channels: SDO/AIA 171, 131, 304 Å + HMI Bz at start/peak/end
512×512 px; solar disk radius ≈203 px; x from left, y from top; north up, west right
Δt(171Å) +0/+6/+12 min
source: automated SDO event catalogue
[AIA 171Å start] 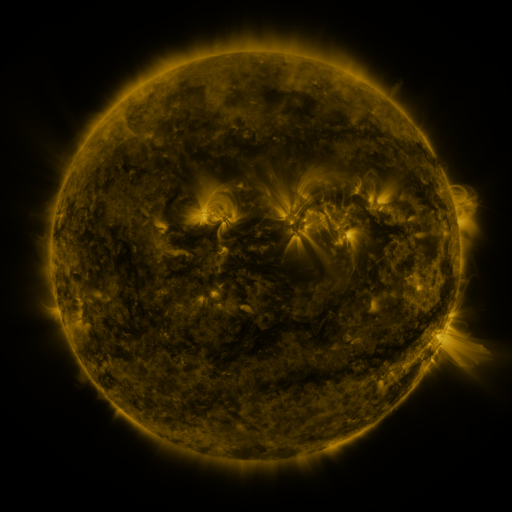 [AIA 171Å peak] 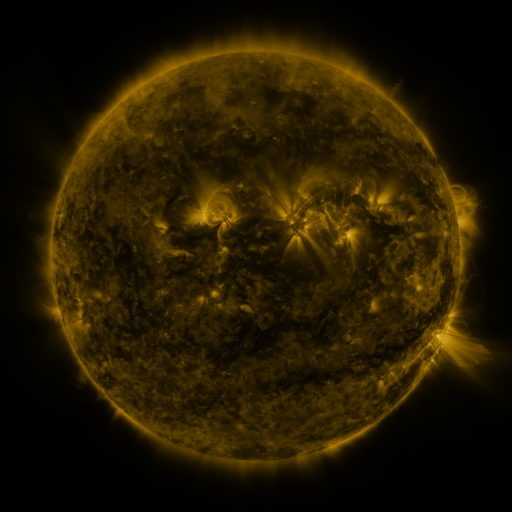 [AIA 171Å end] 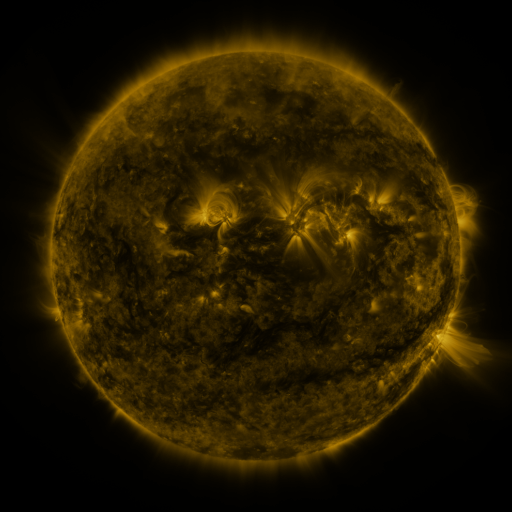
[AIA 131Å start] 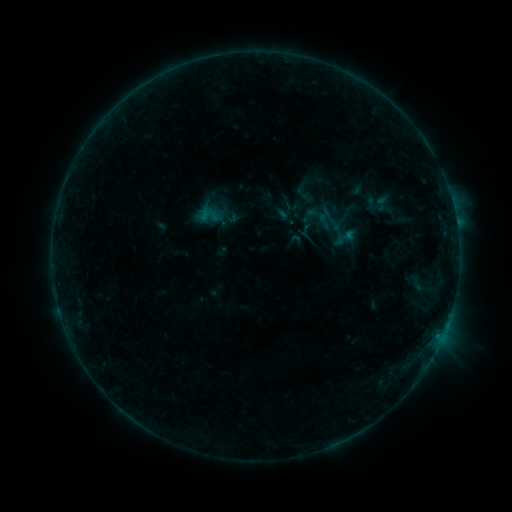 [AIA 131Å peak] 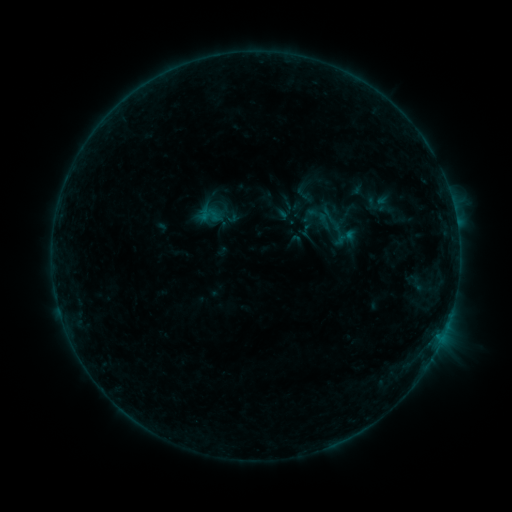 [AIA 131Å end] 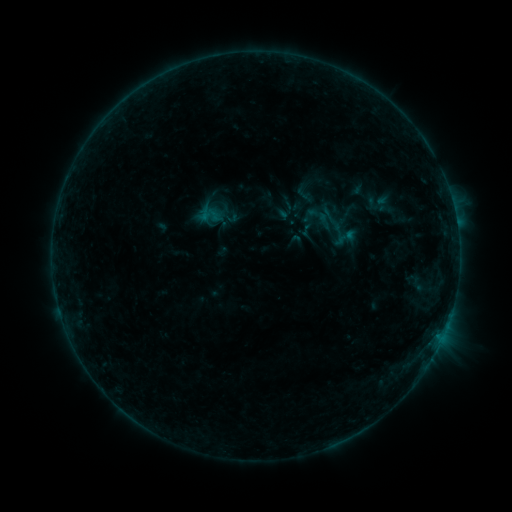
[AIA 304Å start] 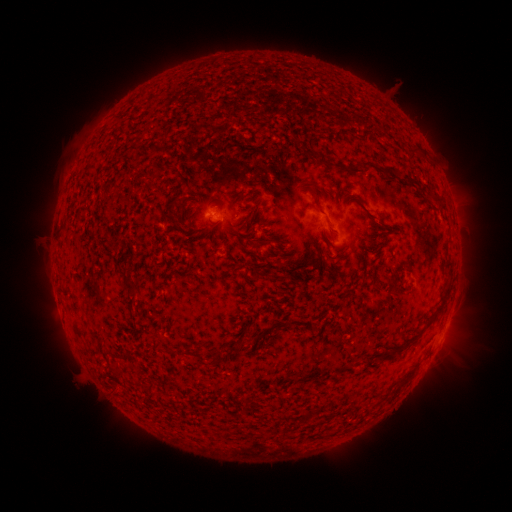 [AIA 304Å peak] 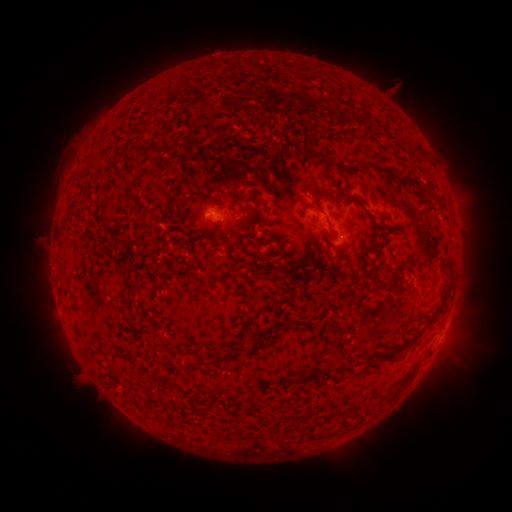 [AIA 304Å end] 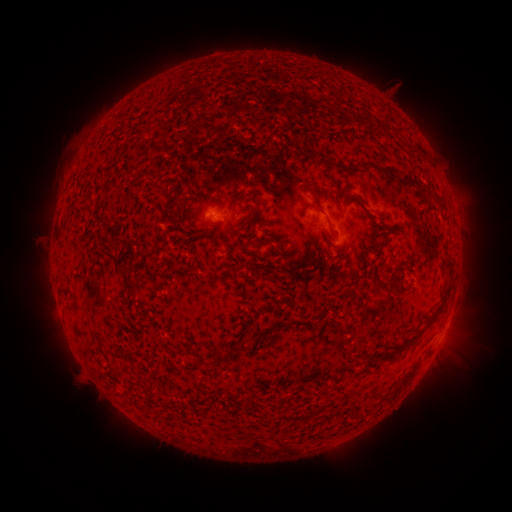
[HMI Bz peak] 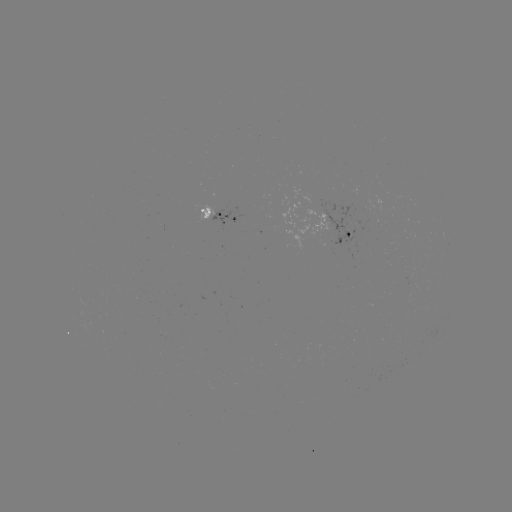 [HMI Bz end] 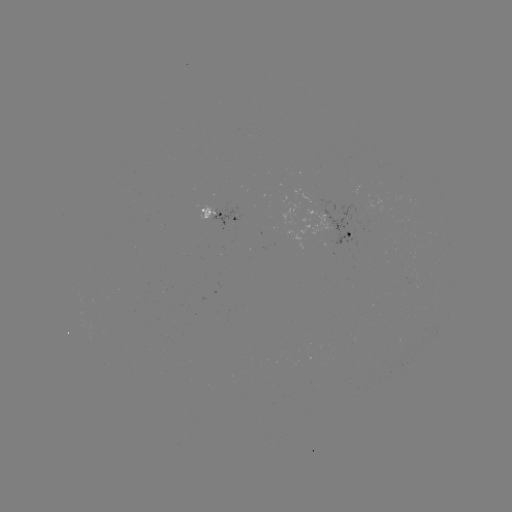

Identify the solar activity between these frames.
no classed flare was catalogued and no EUV brightening was flagged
